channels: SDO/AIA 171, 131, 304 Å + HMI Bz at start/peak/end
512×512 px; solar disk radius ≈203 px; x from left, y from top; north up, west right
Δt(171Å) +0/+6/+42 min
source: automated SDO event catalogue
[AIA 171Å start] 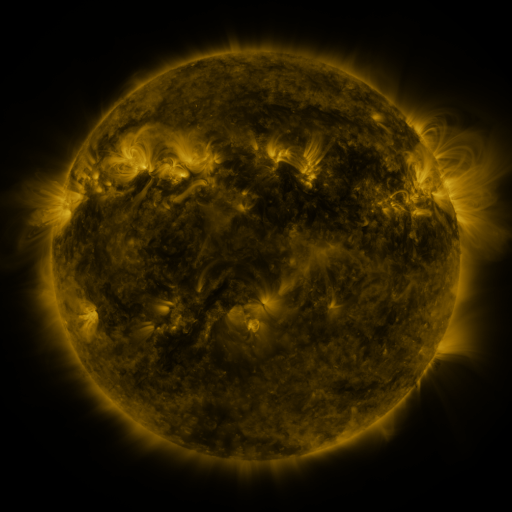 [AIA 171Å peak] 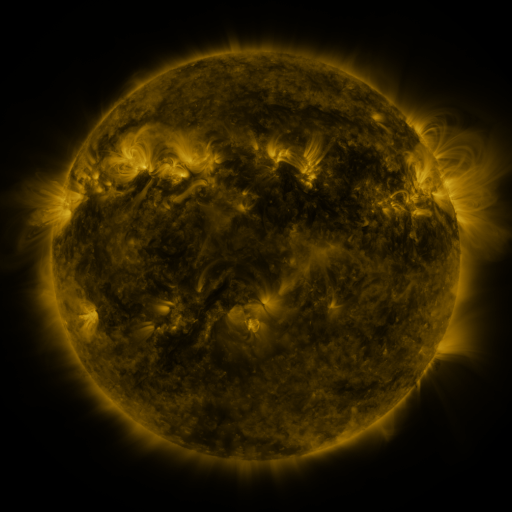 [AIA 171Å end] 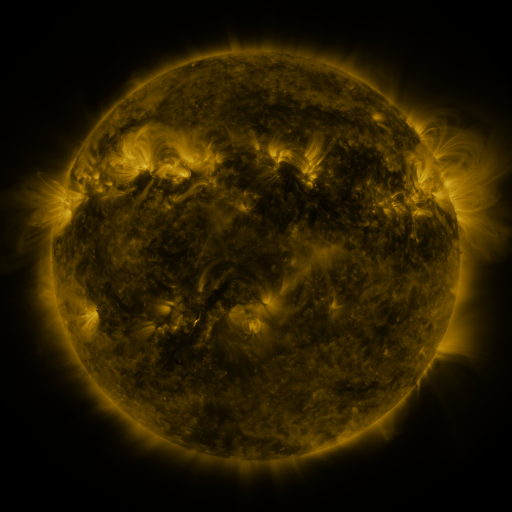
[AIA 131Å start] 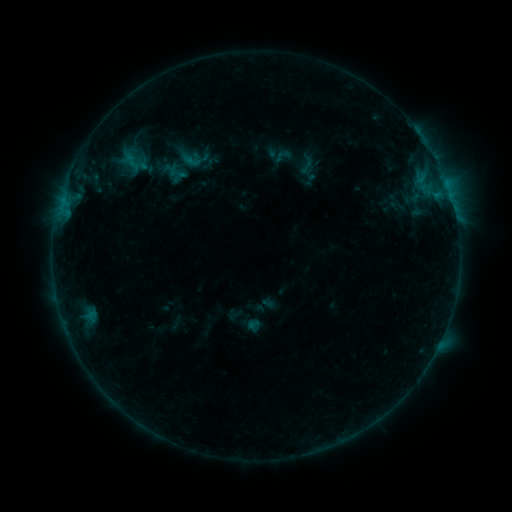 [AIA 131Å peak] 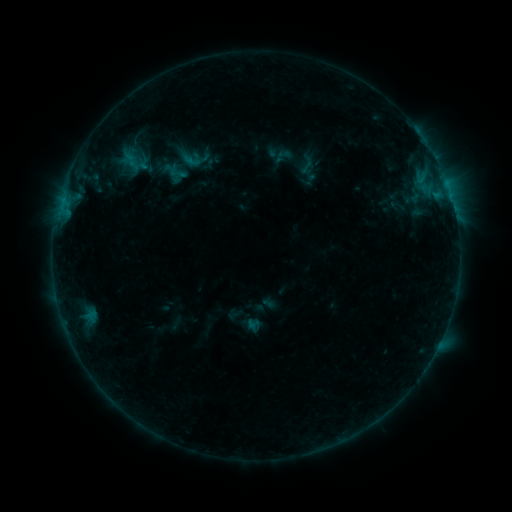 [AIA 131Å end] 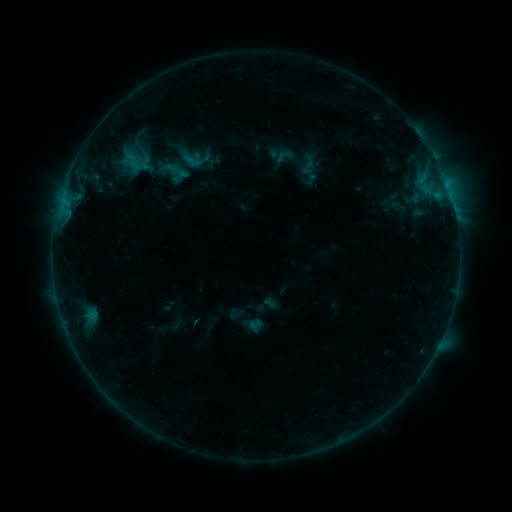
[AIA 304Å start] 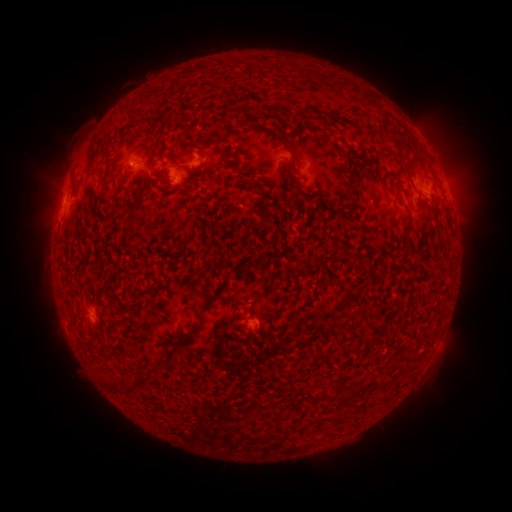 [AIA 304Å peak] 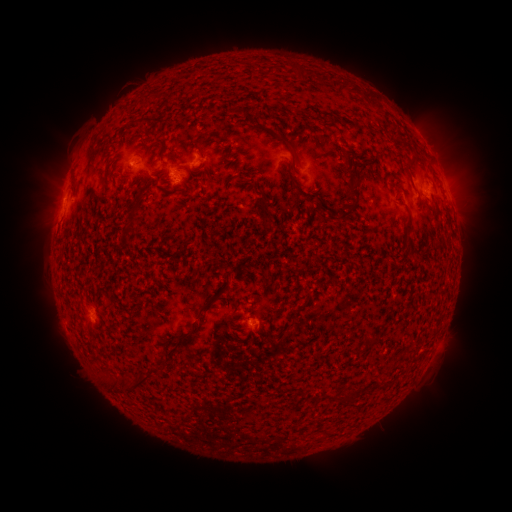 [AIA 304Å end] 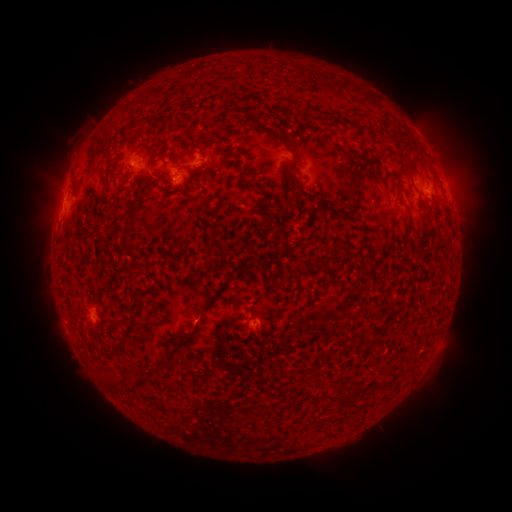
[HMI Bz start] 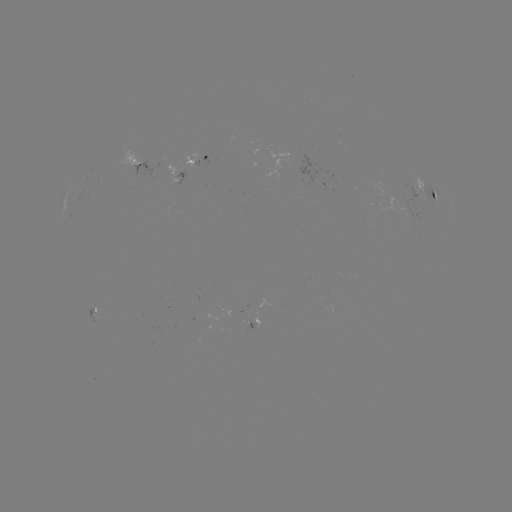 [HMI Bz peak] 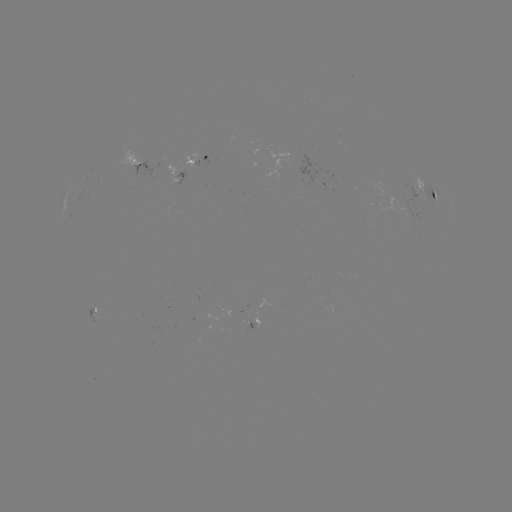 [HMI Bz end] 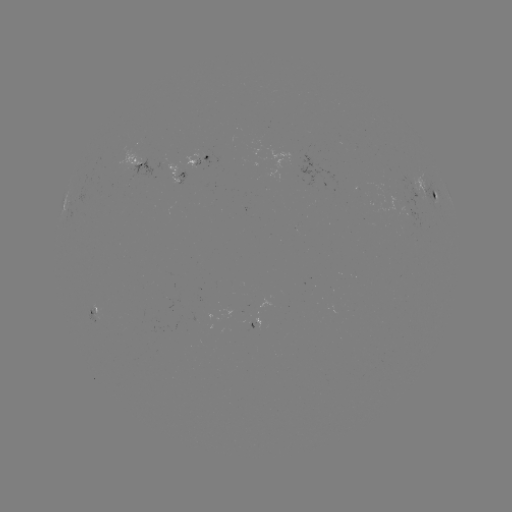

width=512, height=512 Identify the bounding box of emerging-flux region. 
[253, 317, 260, 327].